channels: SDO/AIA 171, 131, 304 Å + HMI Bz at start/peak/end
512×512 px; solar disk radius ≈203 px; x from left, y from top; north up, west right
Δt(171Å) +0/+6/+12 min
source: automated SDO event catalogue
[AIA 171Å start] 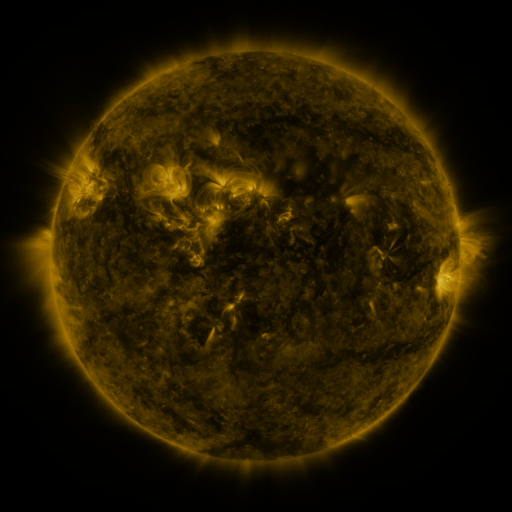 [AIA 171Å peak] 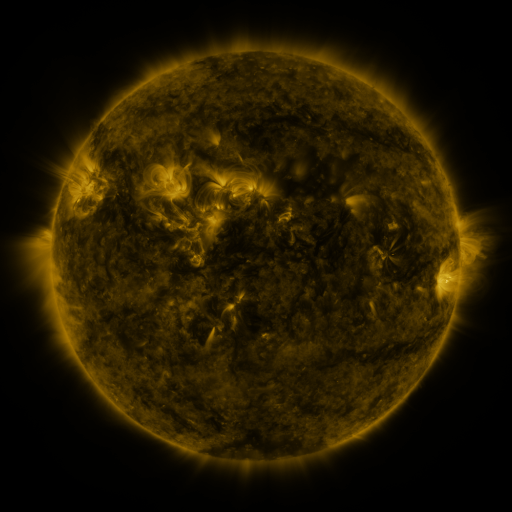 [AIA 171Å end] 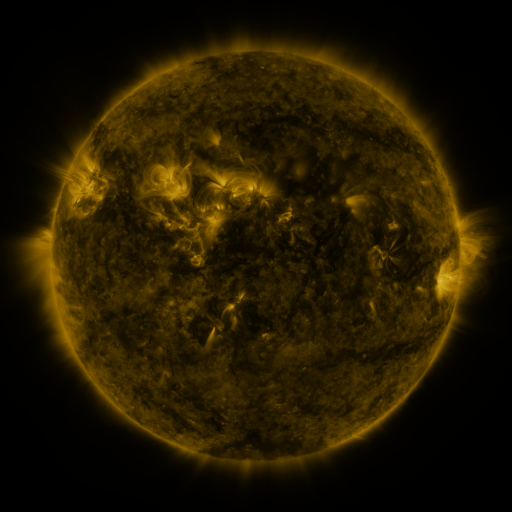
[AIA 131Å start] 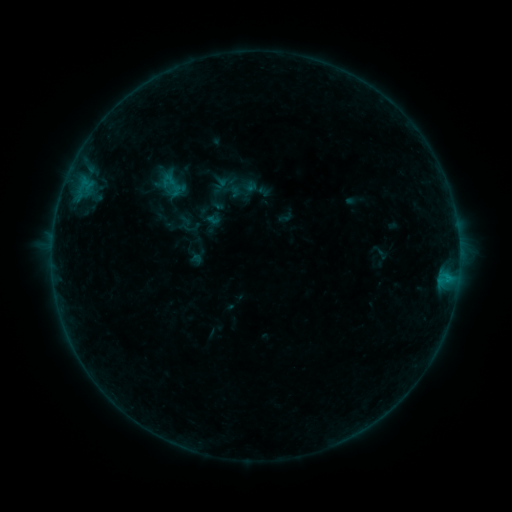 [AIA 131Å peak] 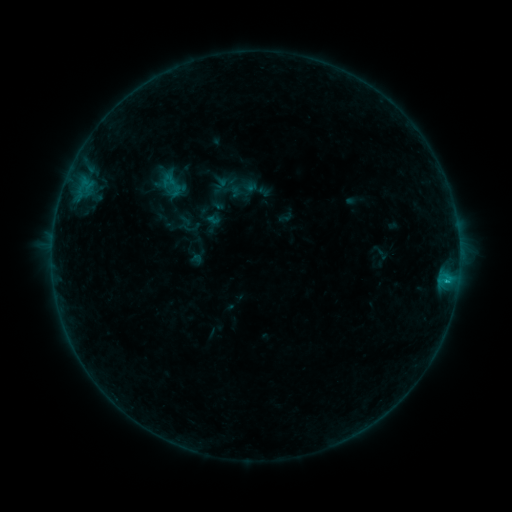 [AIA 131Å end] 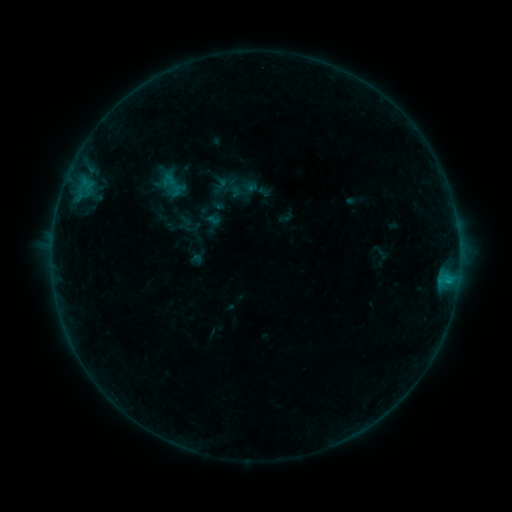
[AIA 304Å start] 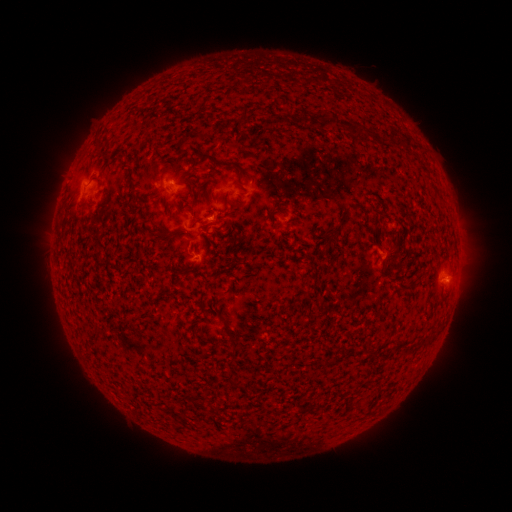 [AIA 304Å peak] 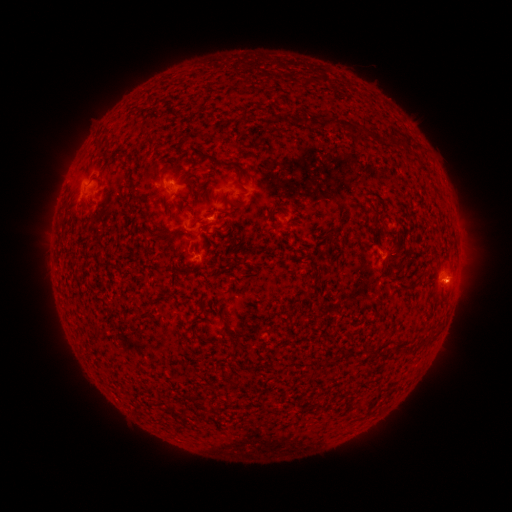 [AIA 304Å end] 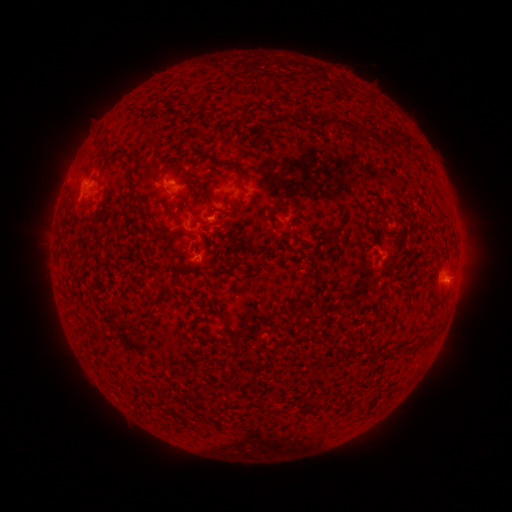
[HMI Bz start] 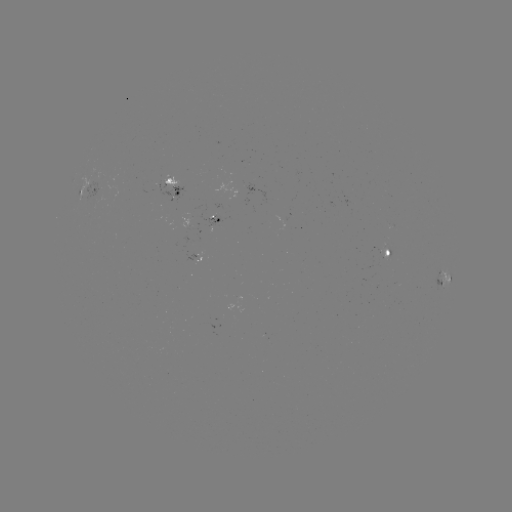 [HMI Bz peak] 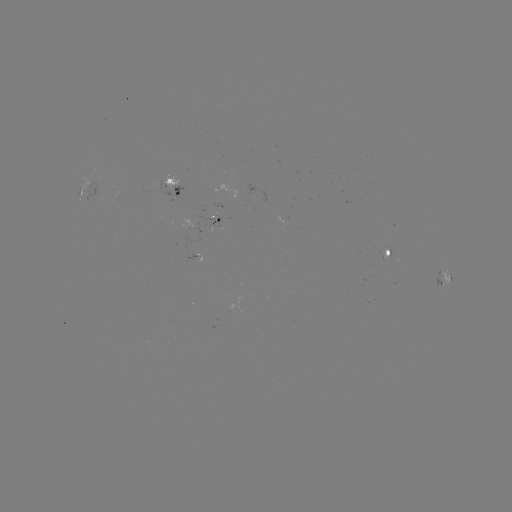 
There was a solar flare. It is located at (446, 279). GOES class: B4.1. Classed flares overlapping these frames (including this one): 1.